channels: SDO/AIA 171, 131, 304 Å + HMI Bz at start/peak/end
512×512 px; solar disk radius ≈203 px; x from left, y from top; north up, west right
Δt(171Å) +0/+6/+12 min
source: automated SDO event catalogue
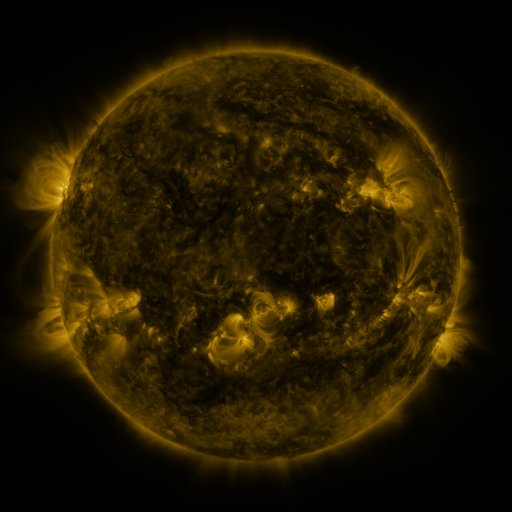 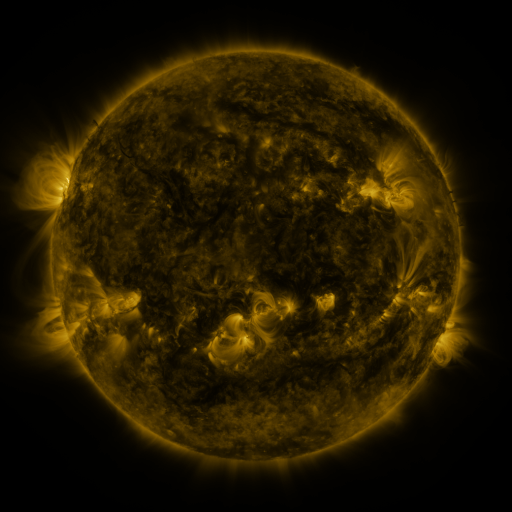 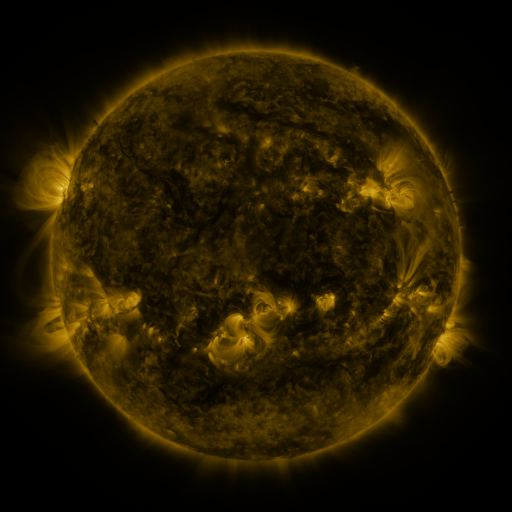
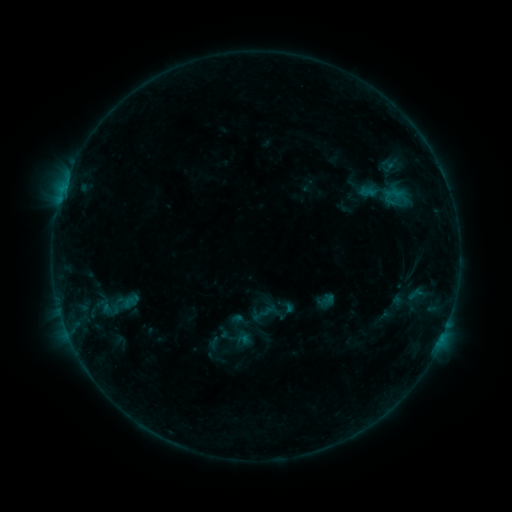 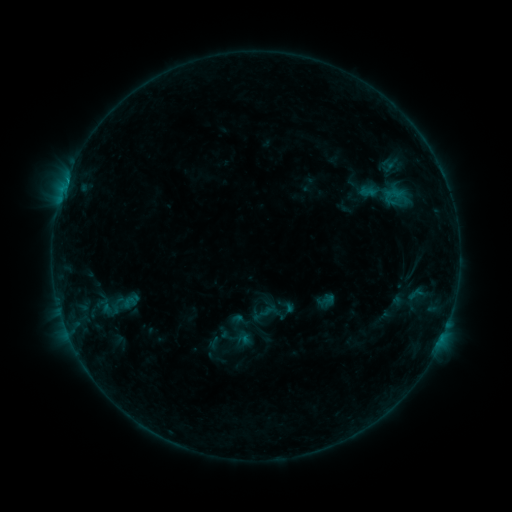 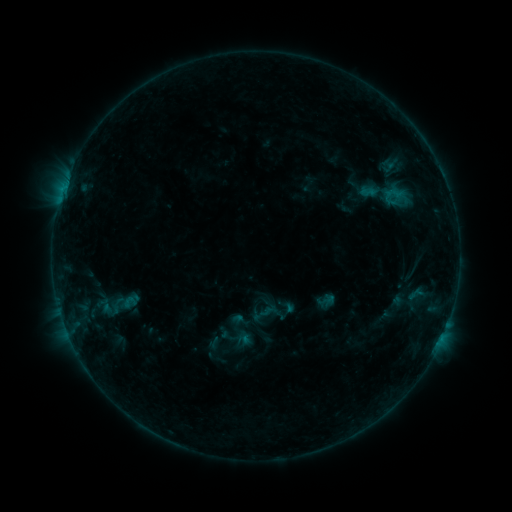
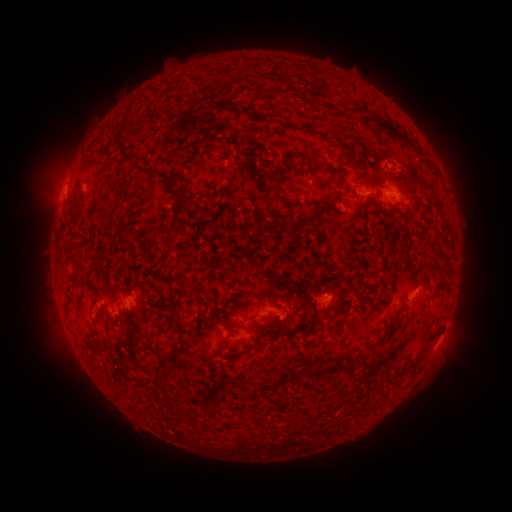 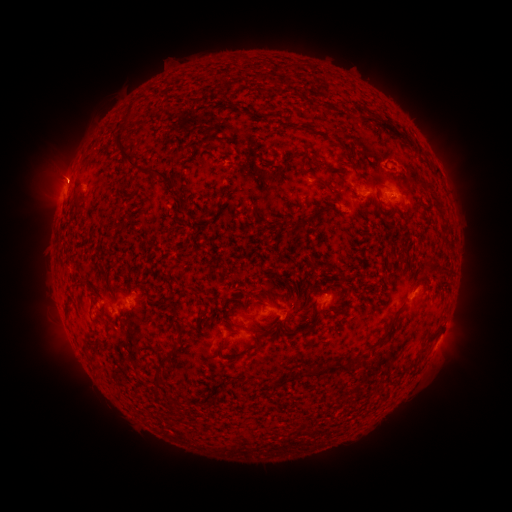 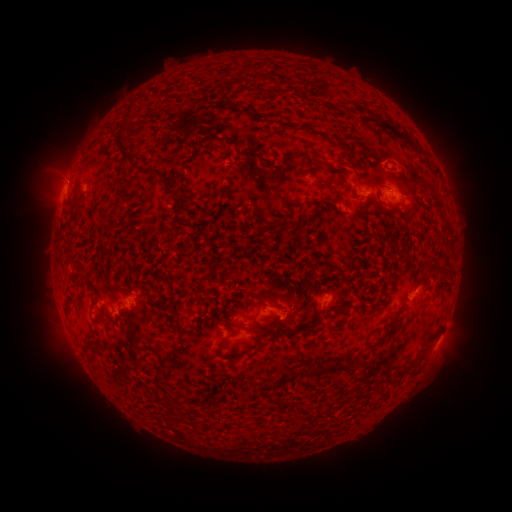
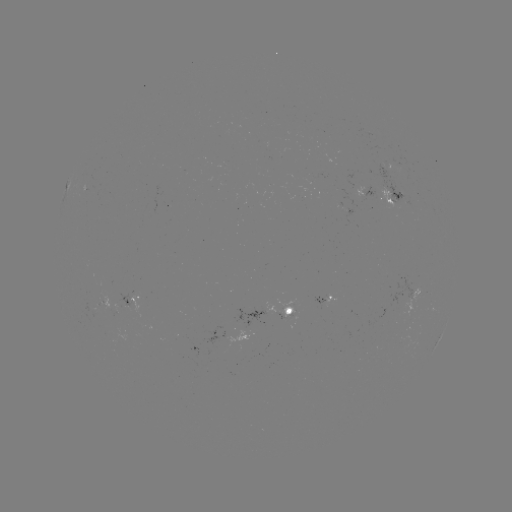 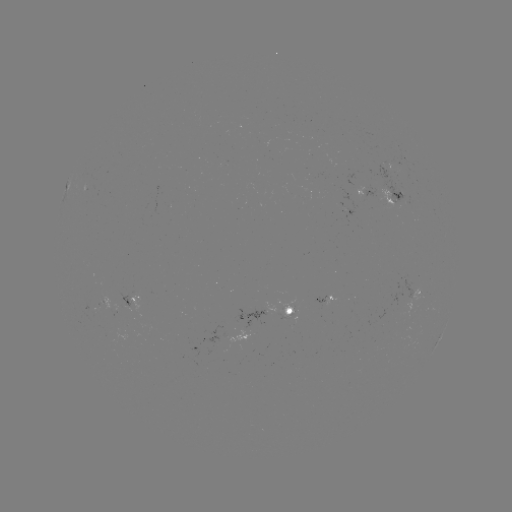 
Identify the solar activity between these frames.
B4.1 flare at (66, 184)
